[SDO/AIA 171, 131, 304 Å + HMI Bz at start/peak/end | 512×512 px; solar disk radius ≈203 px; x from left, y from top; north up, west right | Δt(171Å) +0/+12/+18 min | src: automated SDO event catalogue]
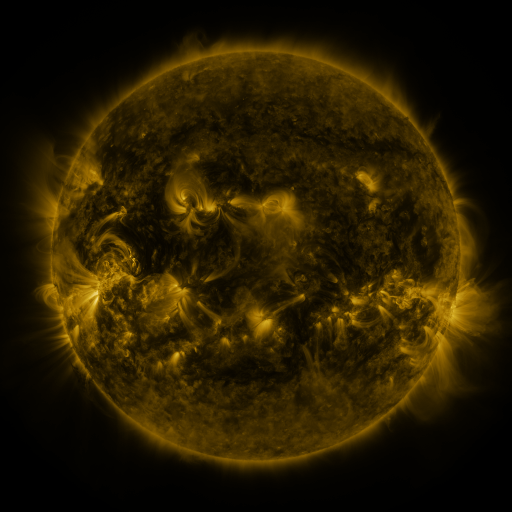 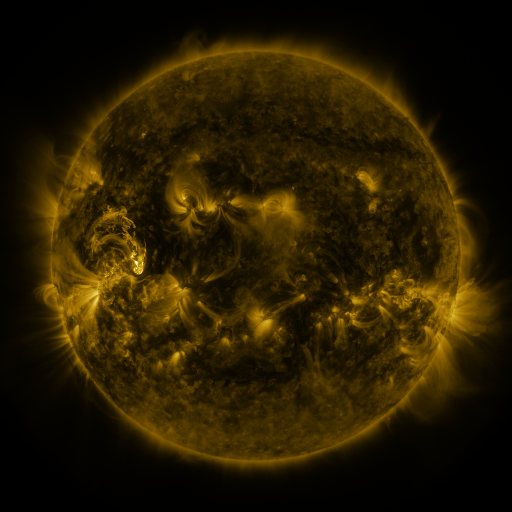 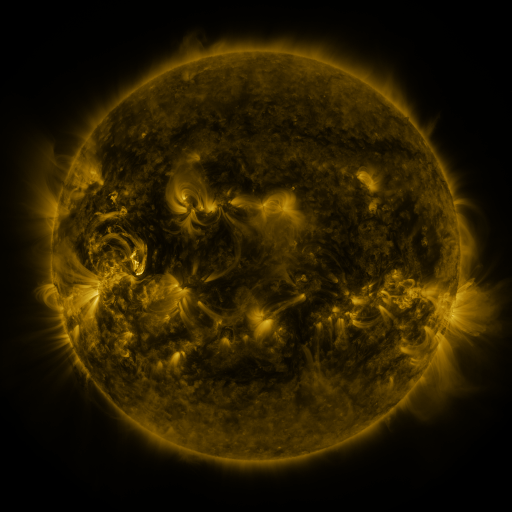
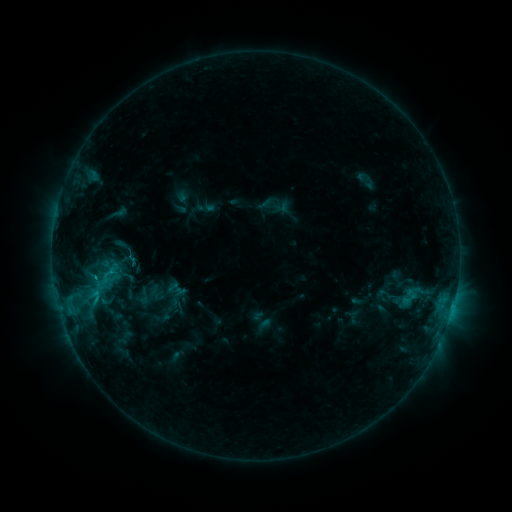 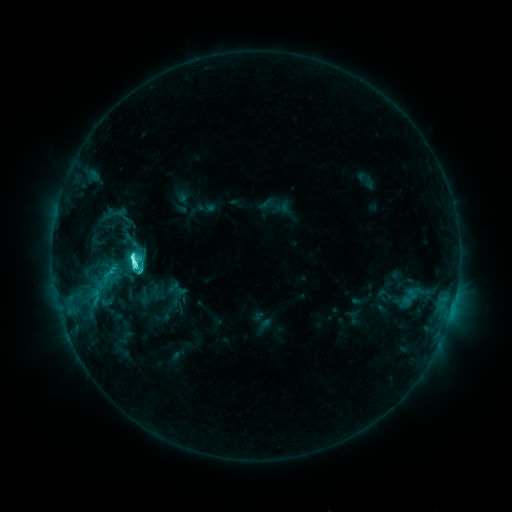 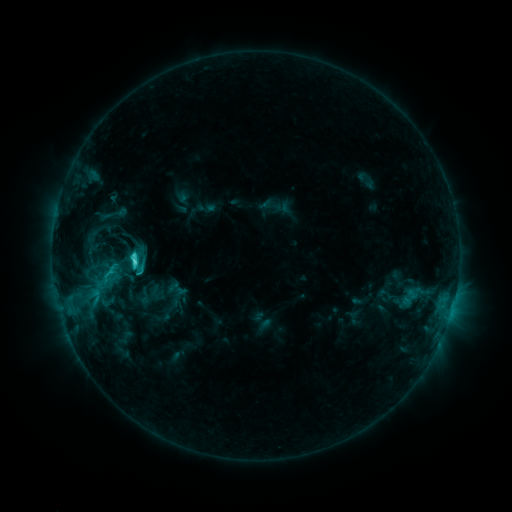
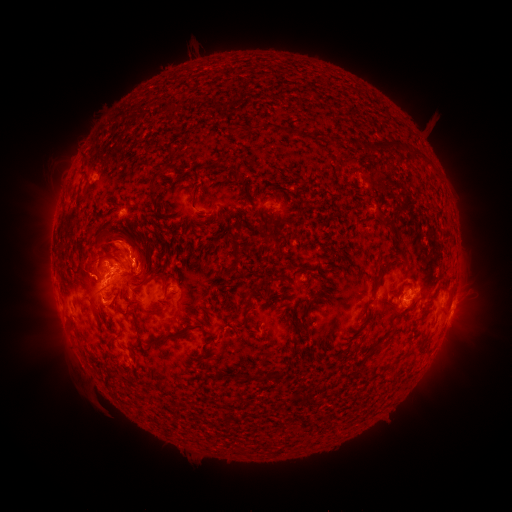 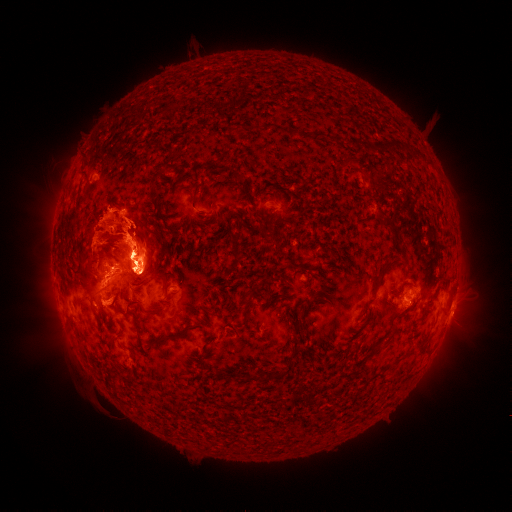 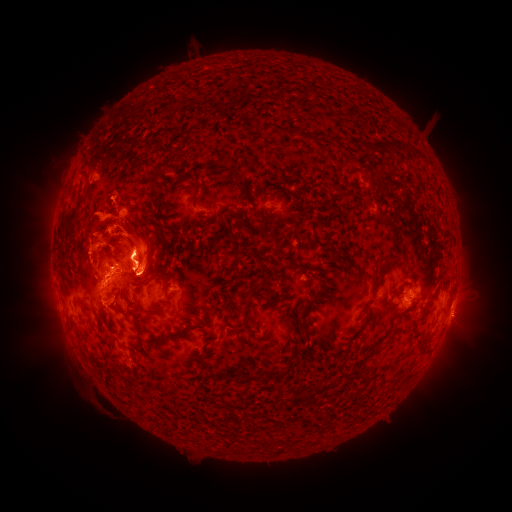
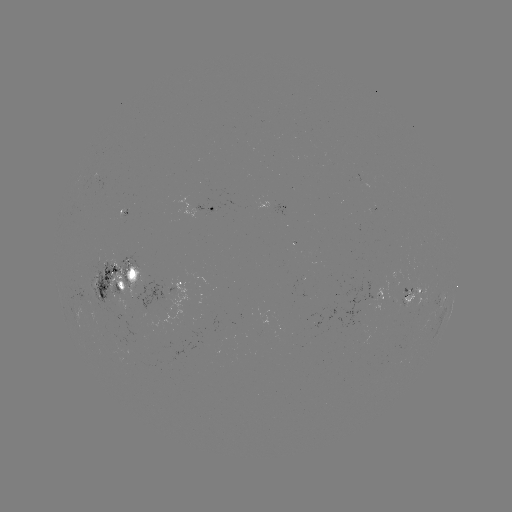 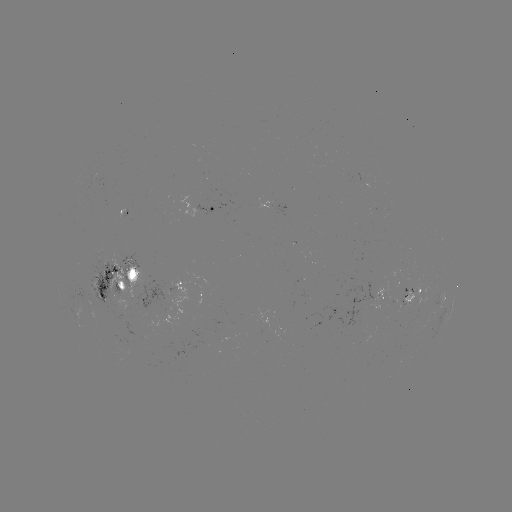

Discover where C9.4 flare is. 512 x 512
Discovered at [136, 260].